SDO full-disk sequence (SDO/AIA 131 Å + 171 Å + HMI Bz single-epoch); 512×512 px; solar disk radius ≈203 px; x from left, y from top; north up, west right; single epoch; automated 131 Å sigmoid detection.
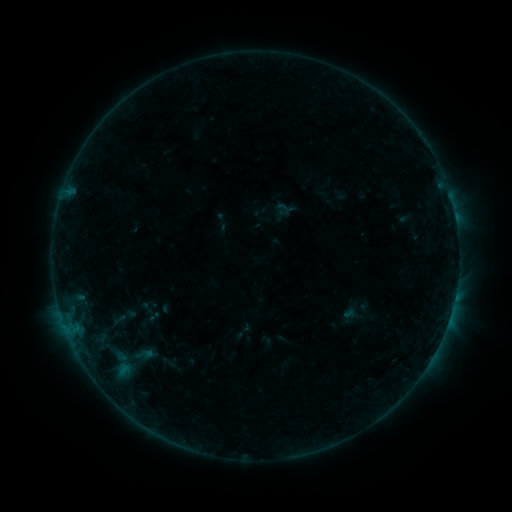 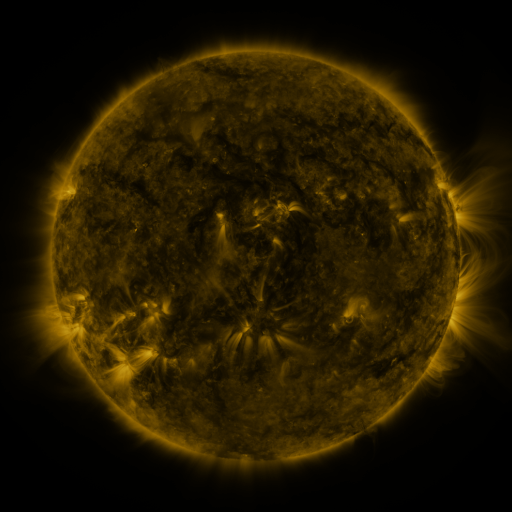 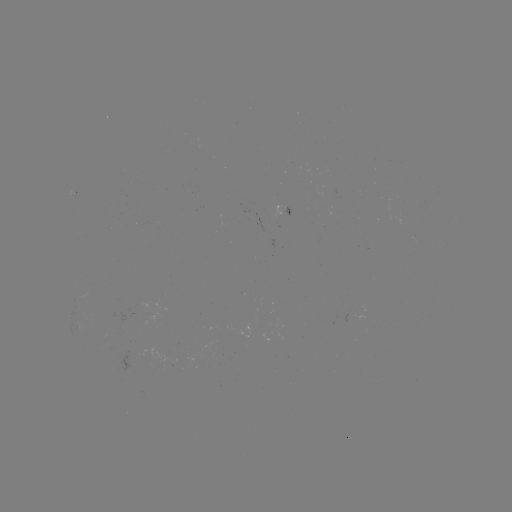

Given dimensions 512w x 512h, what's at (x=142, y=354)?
sigmoid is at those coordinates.